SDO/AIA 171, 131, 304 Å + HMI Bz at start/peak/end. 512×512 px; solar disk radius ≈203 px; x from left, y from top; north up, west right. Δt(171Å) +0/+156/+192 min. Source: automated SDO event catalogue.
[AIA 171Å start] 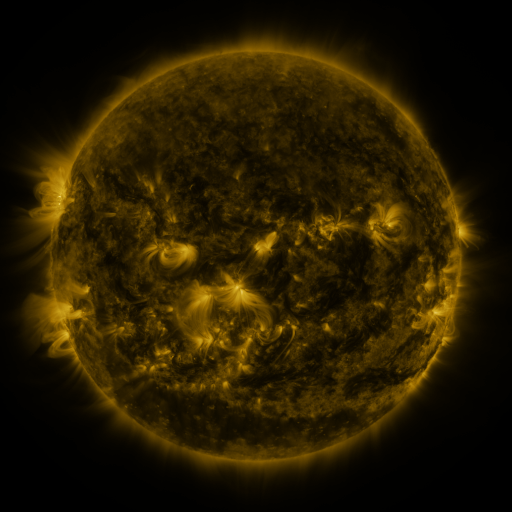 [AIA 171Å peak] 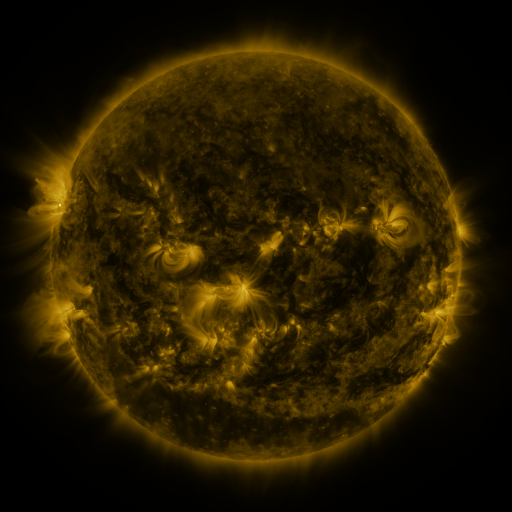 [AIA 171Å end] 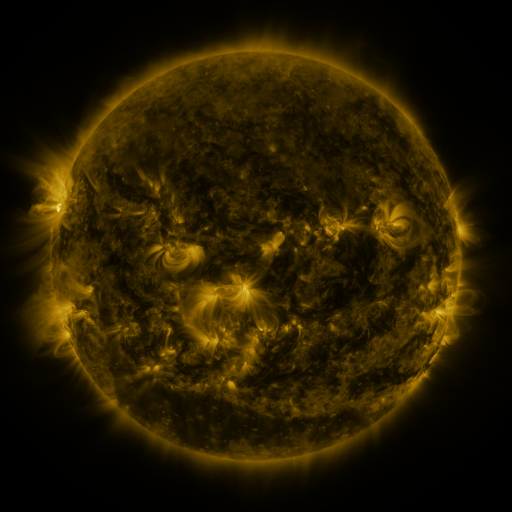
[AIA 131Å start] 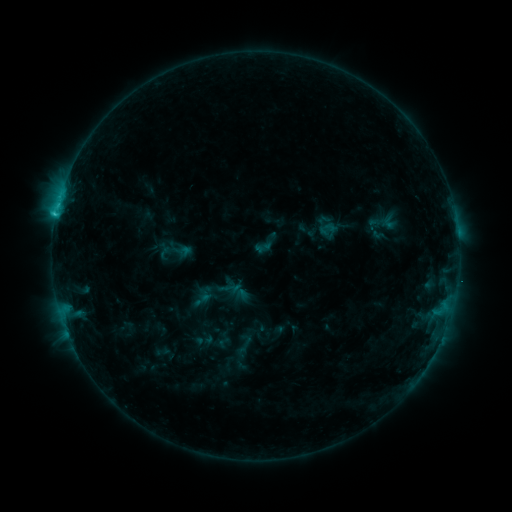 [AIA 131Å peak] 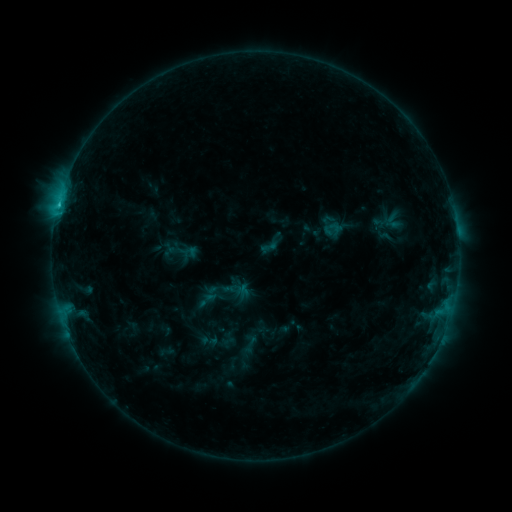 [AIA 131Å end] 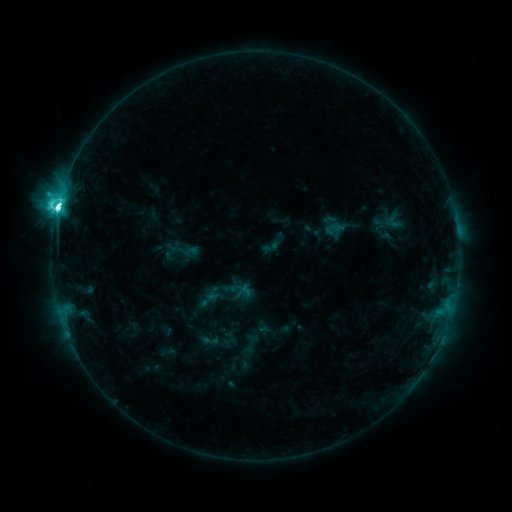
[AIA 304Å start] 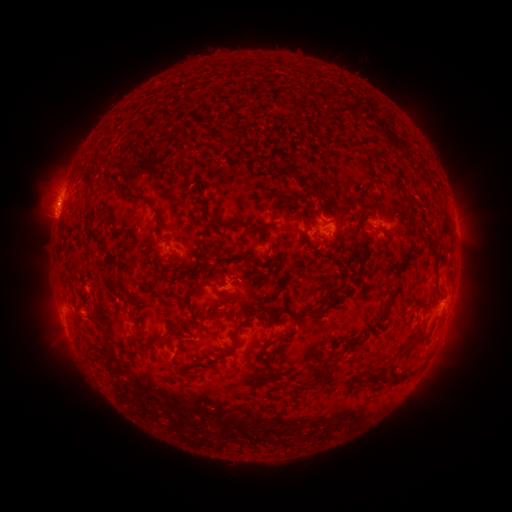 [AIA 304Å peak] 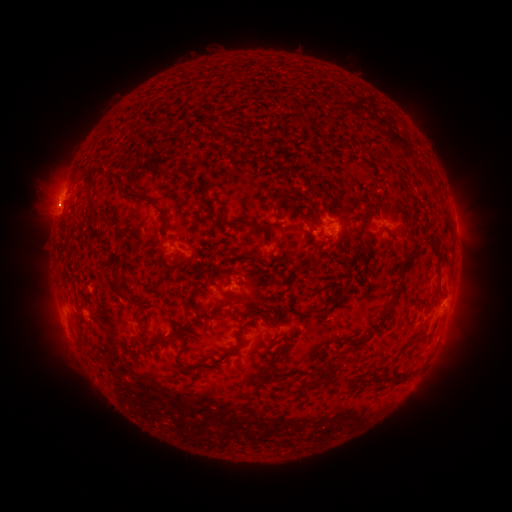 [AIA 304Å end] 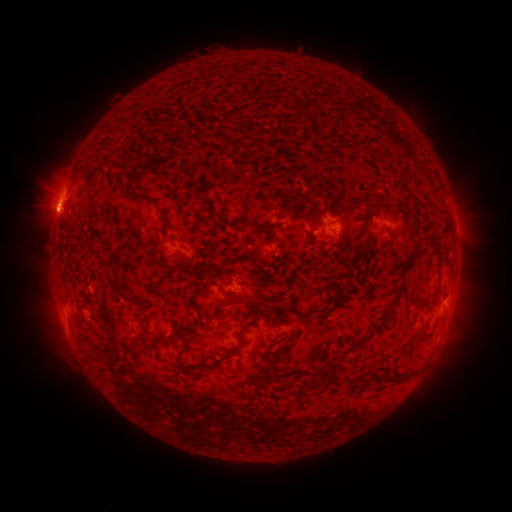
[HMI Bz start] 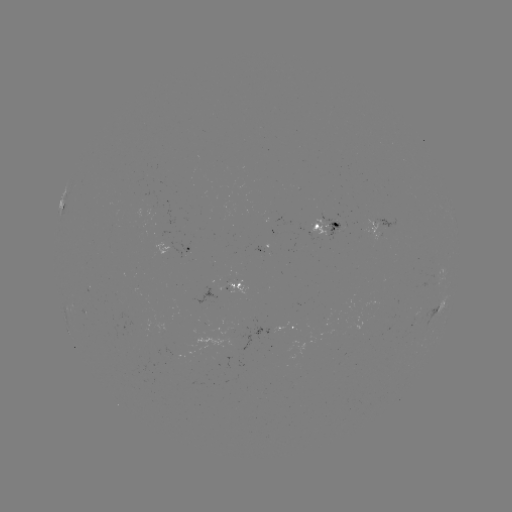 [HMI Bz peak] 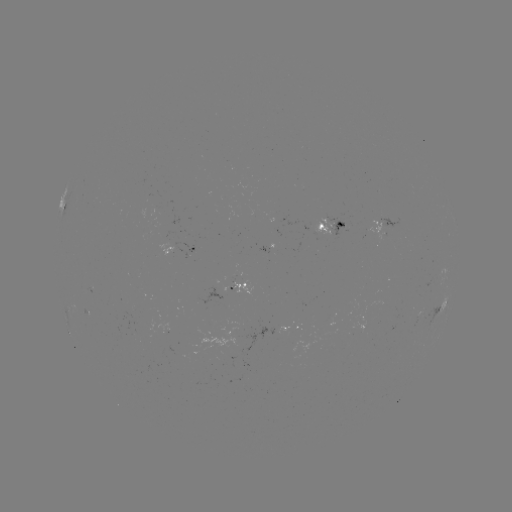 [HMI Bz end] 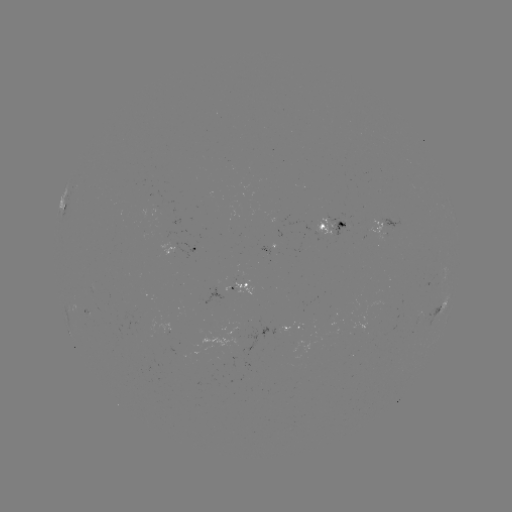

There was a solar emerging-flux region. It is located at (281, 326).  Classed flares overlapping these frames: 2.